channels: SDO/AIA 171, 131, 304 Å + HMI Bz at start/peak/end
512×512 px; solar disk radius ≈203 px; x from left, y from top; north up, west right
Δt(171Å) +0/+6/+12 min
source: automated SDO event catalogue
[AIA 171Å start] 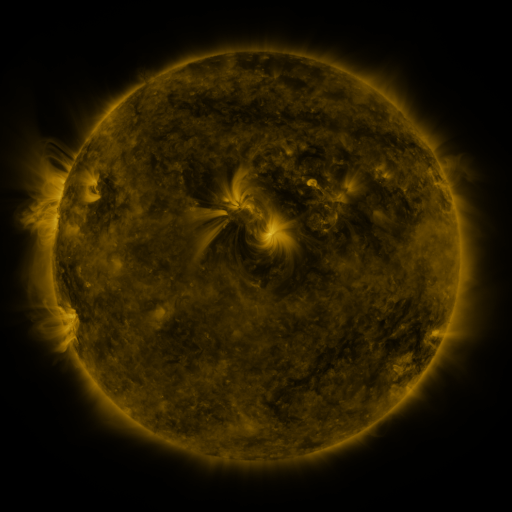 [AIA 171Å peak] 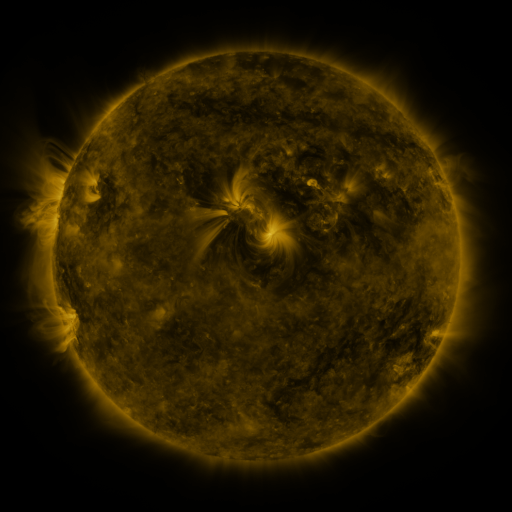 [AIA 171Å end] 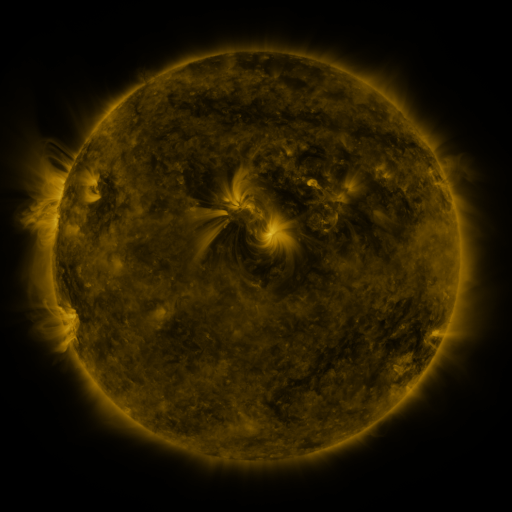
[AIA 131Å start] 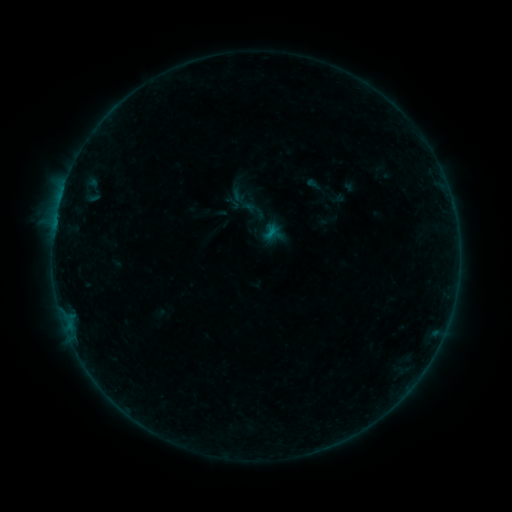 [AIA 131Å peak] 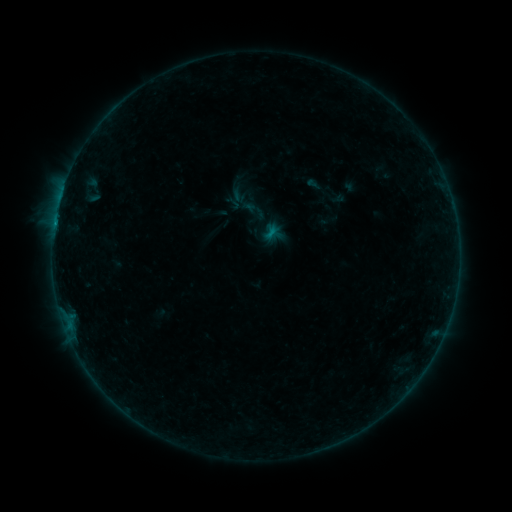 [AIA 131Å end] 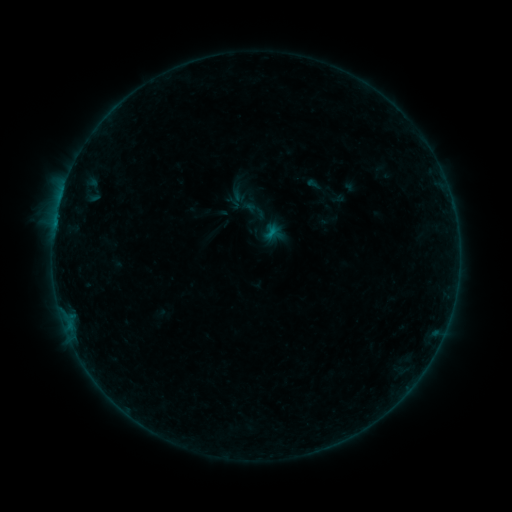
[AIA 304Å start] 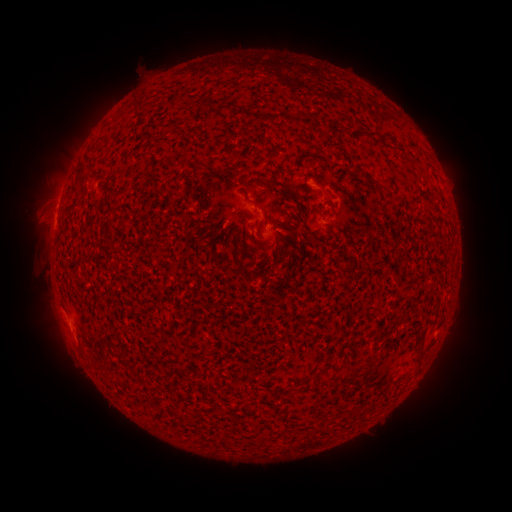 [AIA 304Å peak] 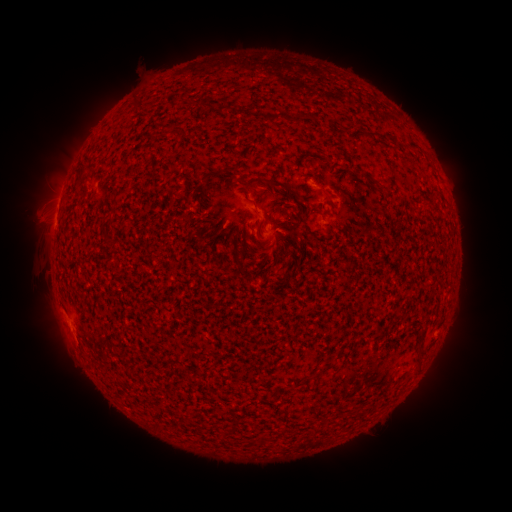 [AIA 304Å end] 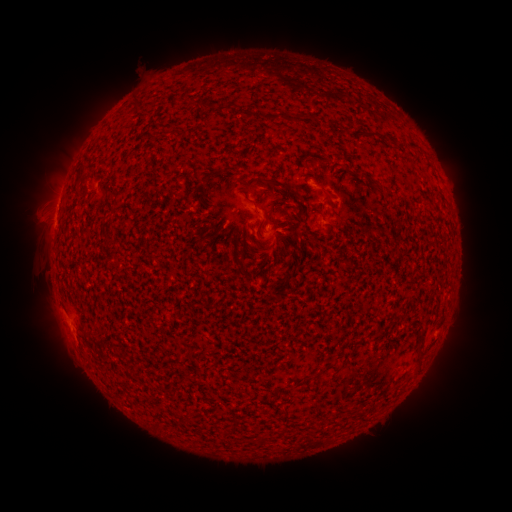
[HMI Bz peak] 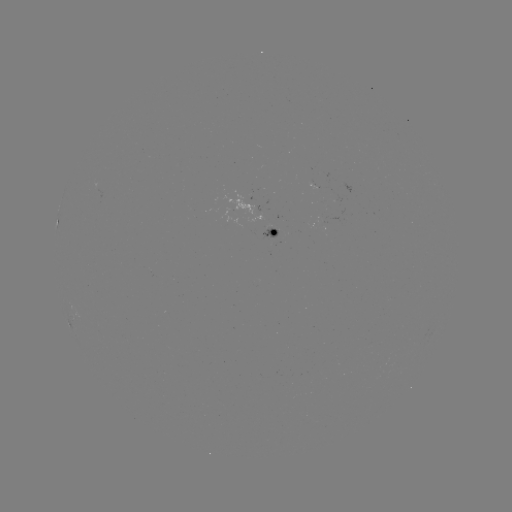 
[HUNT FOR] B1.5 flare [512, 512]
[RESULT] [55, 226]